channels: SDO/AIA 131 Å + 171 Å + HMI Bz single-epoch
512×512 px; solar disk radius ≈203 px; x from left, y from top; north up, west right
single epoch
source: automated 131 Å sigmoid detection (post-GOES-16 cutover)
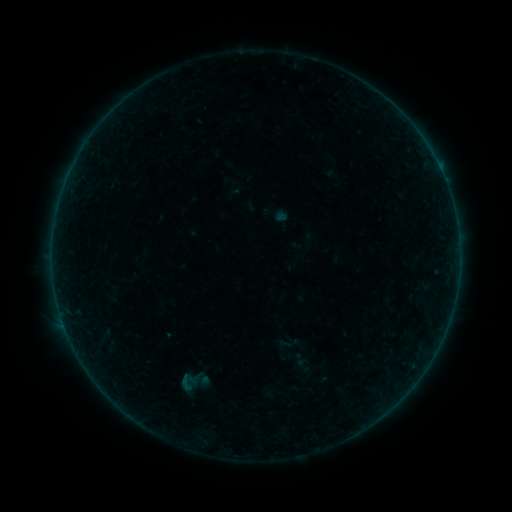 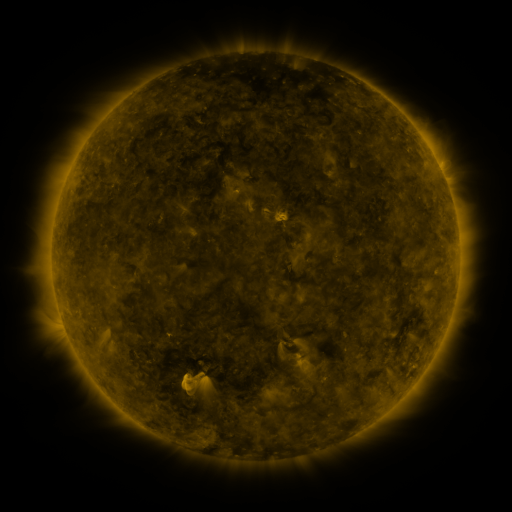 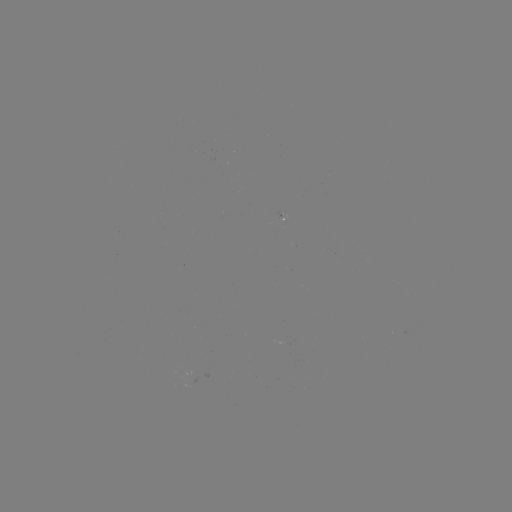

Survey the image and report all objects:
sigmoid: [170, 372, 200, 394]
